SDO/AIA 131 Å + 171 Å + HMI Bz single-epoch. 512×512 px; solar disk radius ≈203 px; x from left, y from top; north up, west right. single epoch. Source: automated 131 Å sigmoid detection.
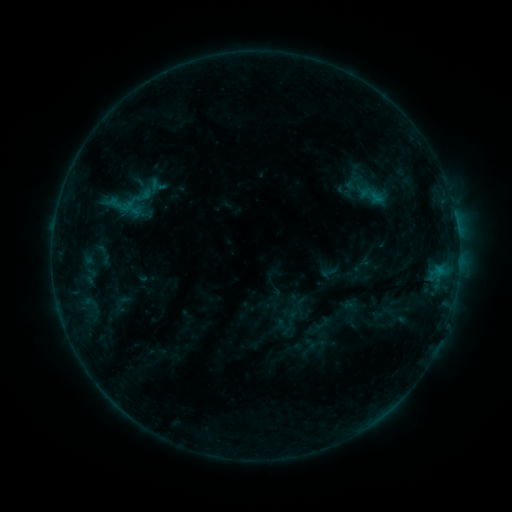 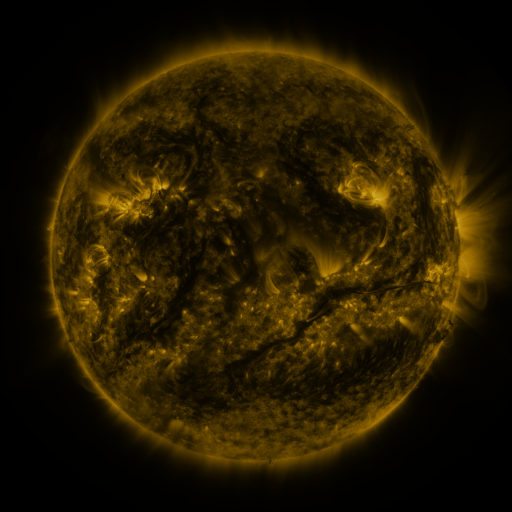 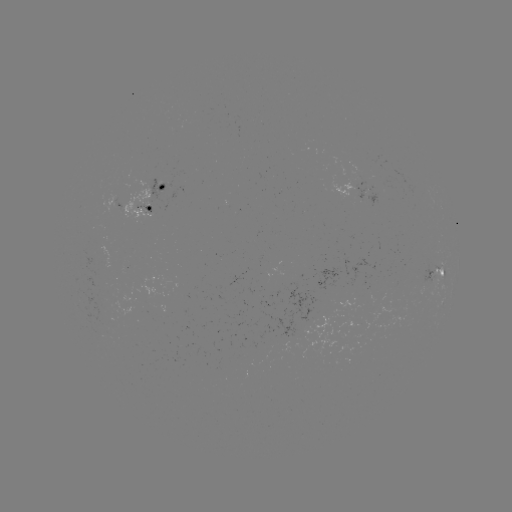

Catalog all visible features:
sigmoid: (157, 186)
sigmoid: (329, 272)
